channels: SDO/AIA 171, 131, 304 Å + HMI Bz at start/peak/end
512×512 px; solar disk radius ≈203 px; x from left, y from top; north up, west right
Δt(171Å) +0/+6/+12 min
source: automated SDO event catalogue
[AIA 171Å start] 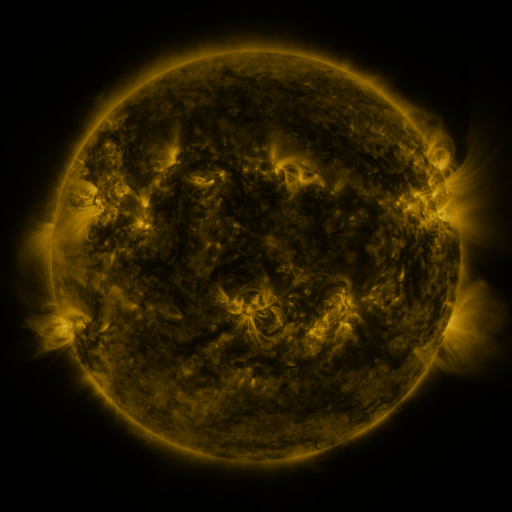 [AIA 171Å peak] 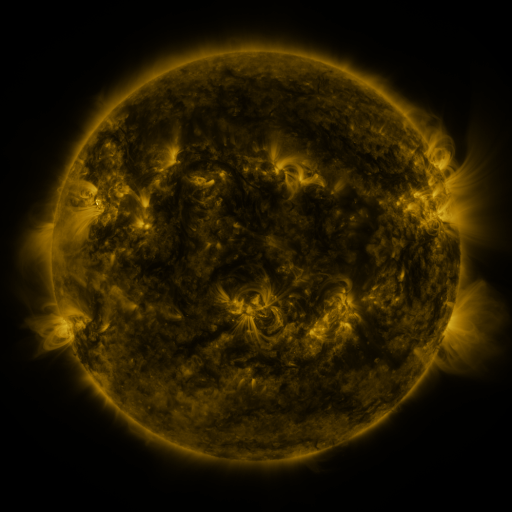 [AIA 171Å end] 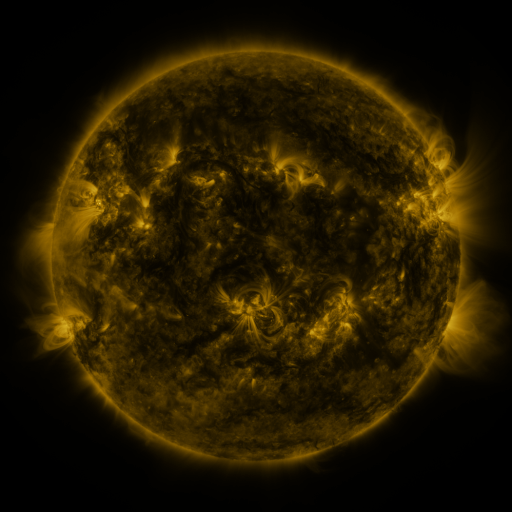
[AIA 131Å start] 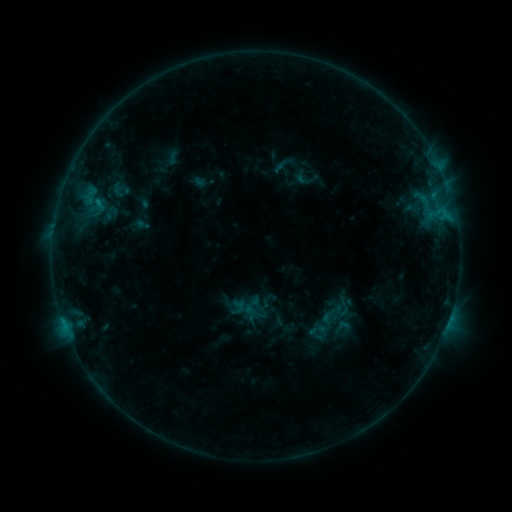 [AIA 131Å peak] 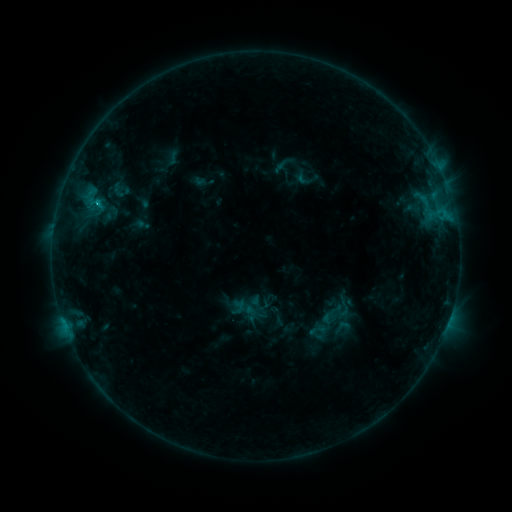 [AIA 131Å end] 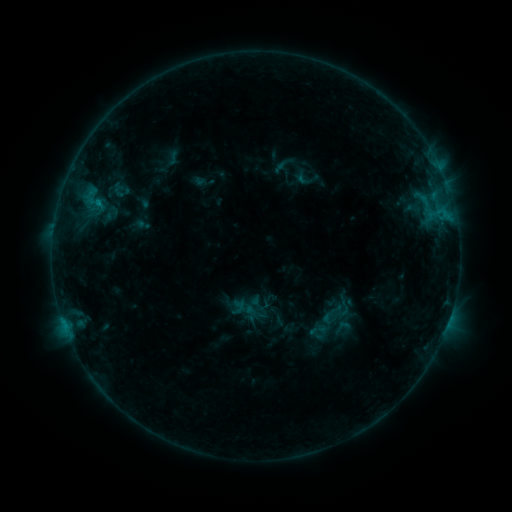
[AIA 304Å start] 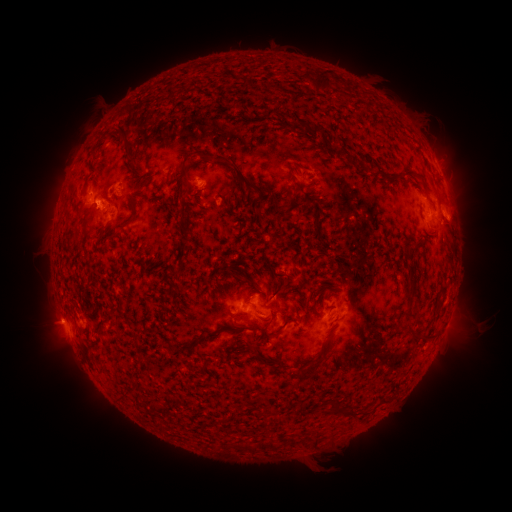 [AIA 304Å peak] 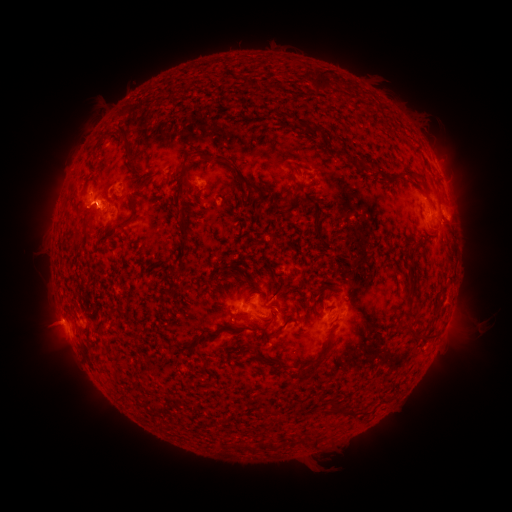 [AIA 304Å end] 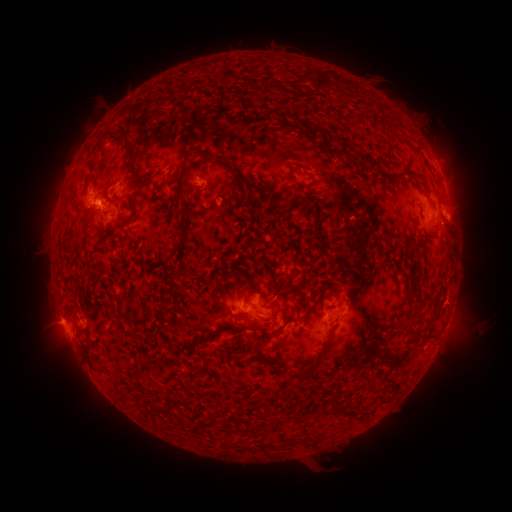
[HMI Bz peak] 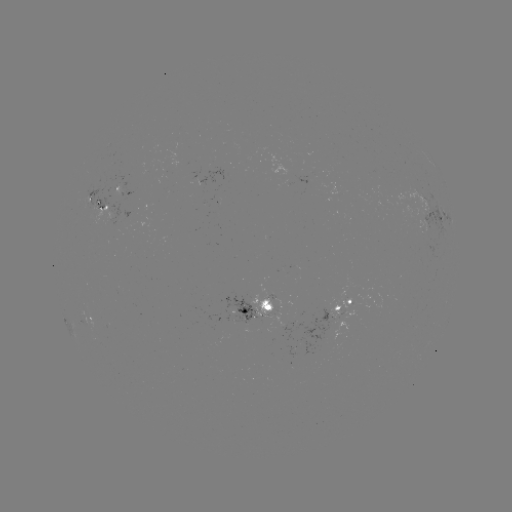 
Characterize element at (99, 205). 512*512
B9.3 flare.